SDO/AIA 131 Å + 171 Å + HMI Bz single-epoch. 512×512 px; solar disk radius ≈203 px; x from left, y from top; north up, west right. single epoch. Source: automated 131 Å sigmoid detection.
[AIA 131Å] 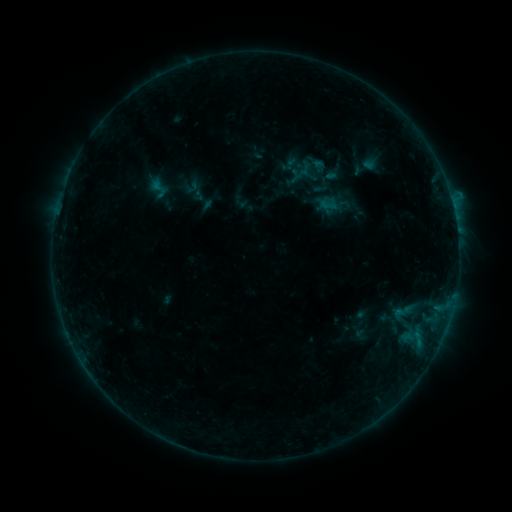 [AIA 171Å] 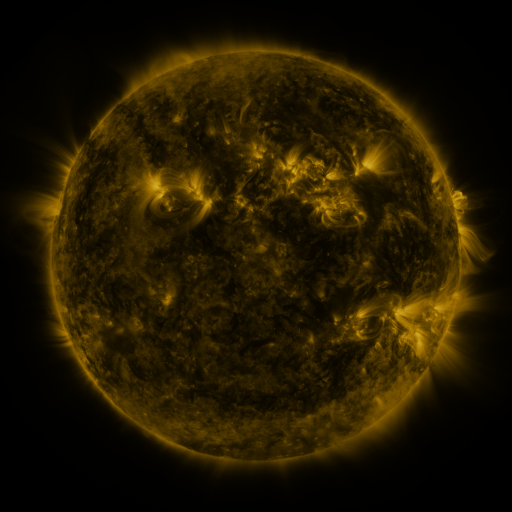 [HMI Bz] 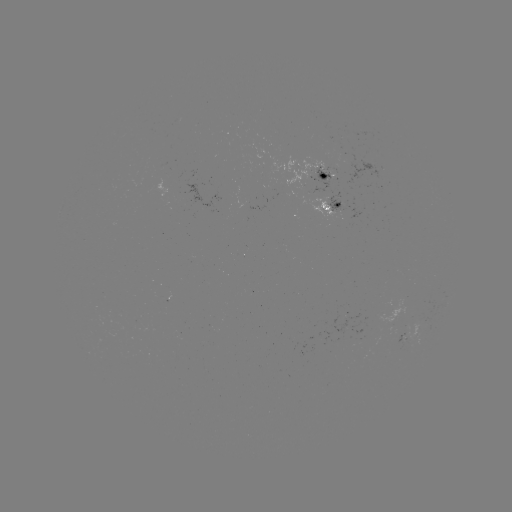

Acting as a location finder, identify sigmoid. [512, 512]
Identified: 309,175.